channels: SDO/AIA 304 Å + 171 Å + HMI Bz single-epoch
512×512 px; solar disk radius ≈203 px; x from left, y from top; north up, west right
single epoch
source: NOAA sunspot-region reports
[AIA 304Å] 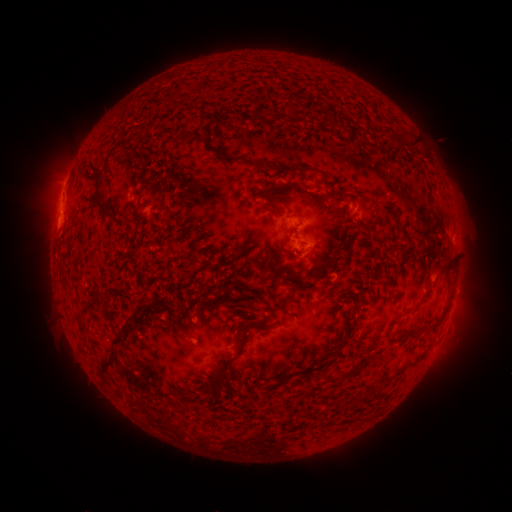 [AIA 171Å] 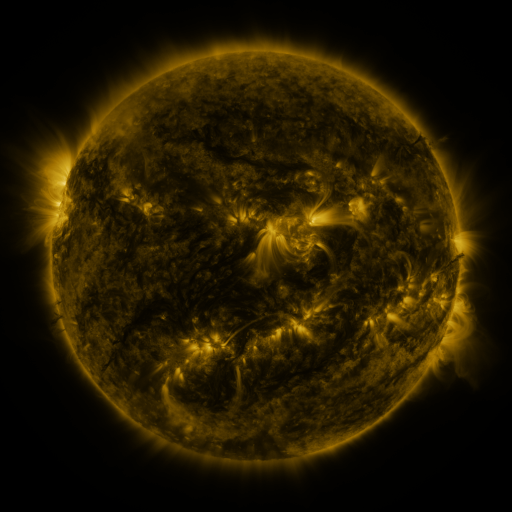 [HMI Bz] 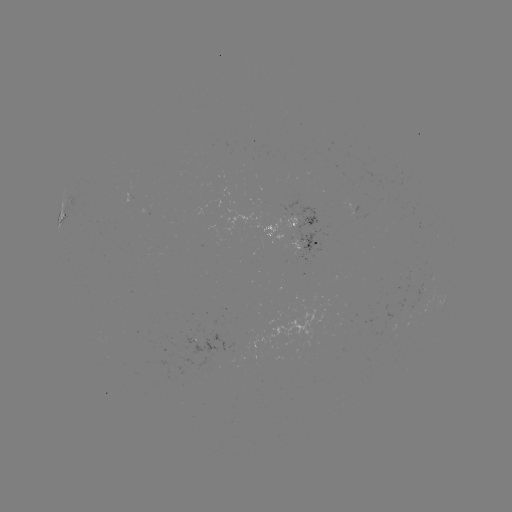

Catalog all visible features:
spotted active region: (68, 216)
spotted active region: (301, 224)
spotted active region: (305, 242)
